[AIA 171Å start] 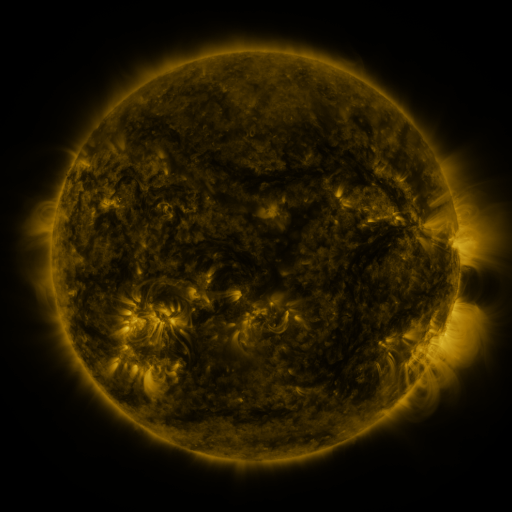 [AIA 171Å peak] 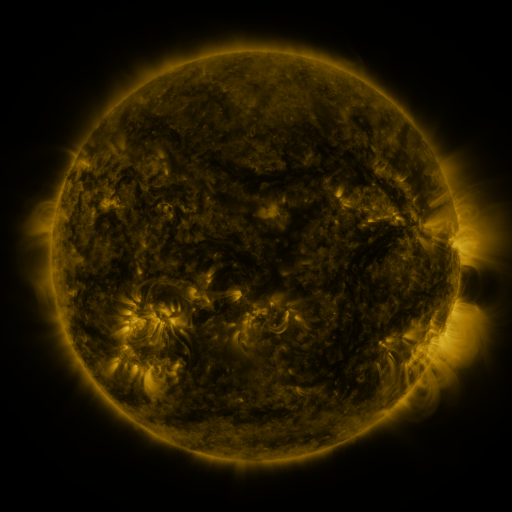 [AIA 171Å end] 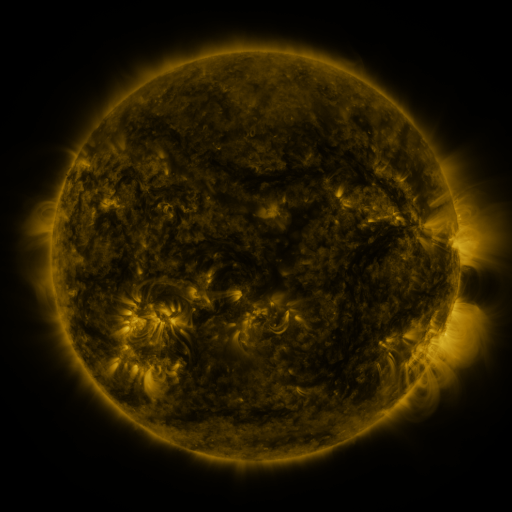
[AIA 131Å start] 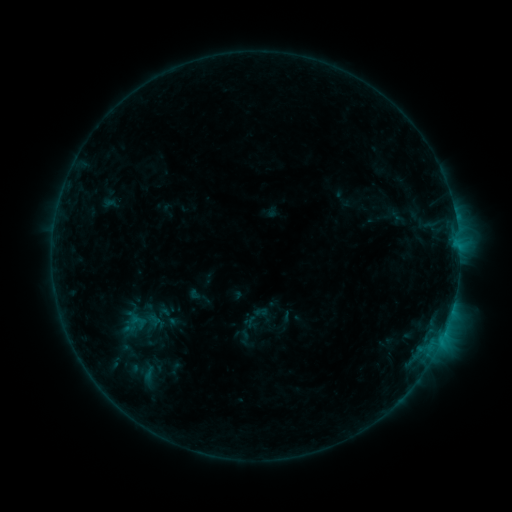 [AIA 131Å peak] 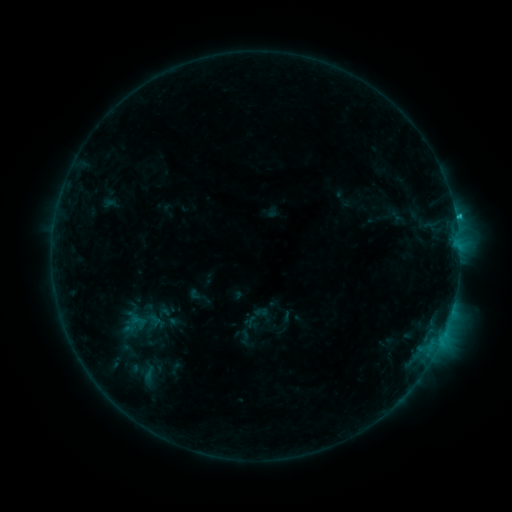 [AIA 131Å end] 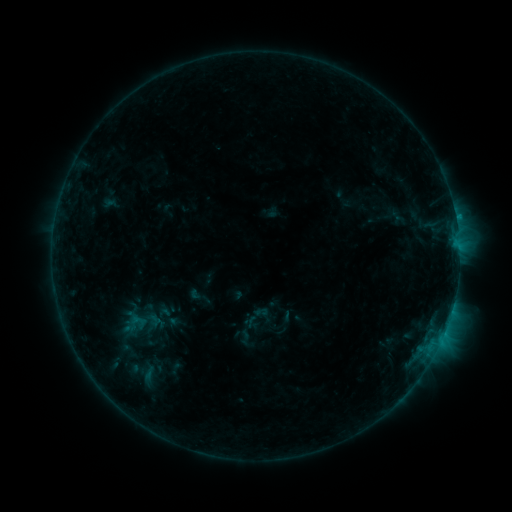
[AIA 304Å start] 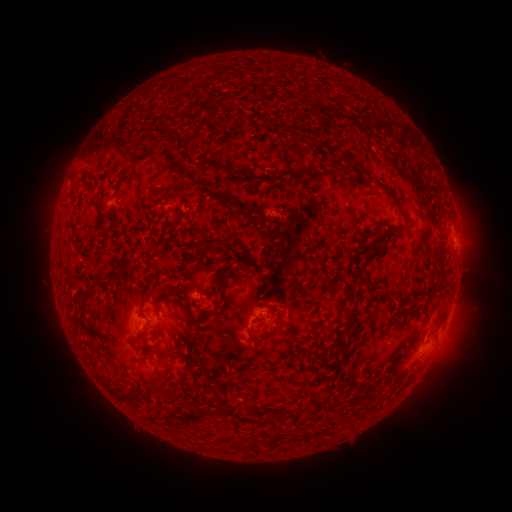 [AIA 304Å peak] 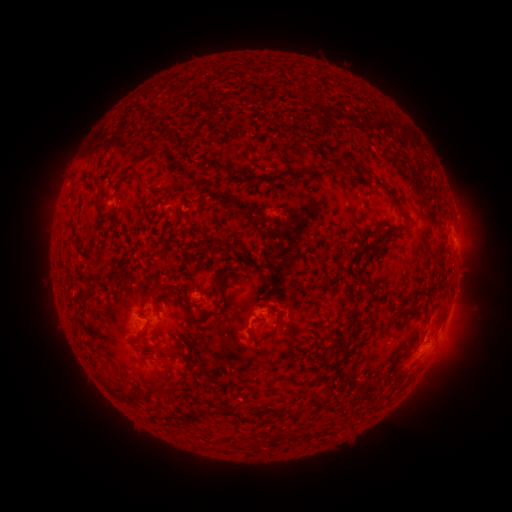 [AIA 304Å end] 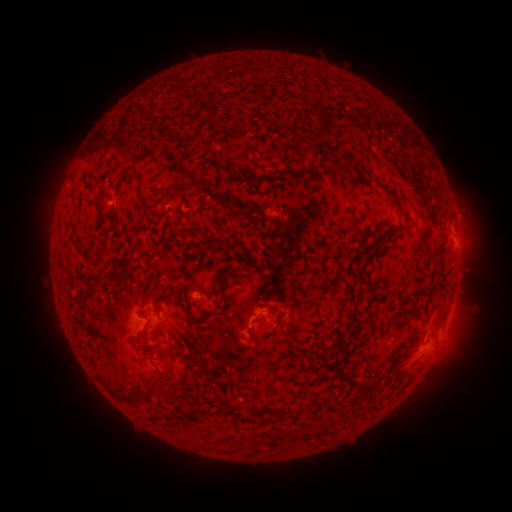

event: flare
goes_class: B6.7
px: (455, 217)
